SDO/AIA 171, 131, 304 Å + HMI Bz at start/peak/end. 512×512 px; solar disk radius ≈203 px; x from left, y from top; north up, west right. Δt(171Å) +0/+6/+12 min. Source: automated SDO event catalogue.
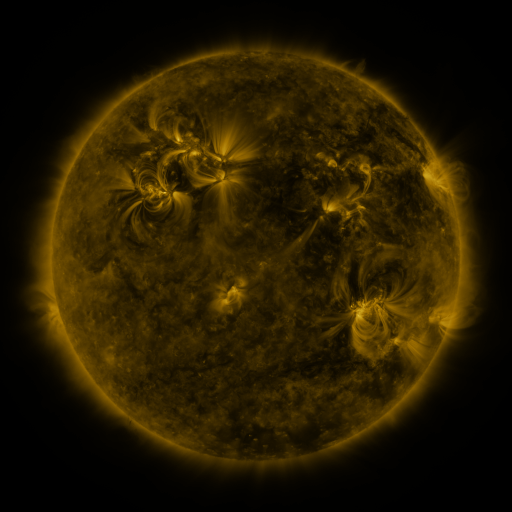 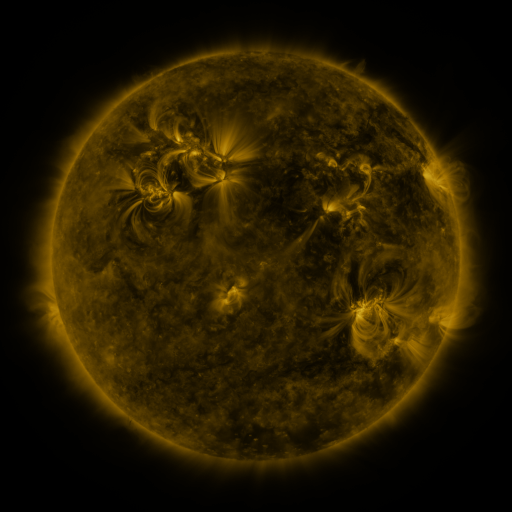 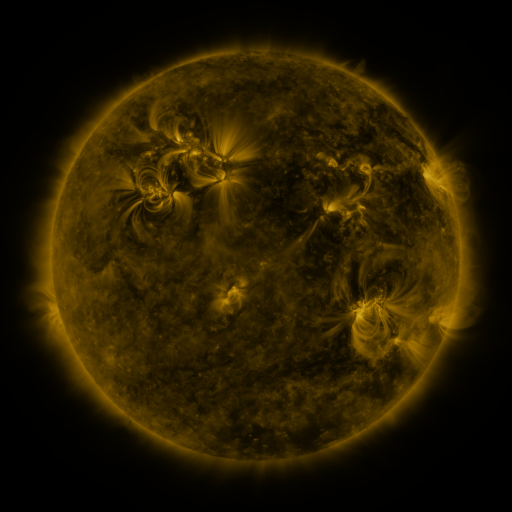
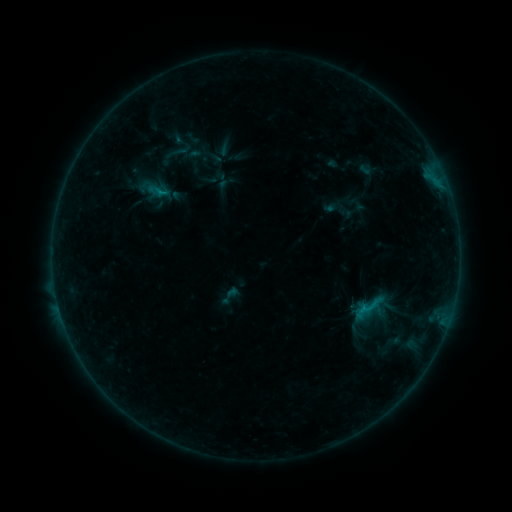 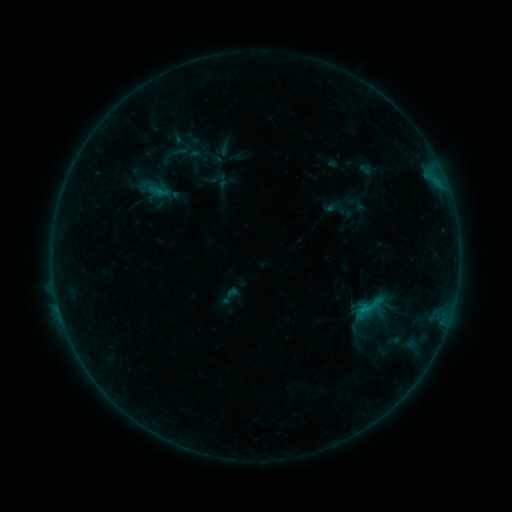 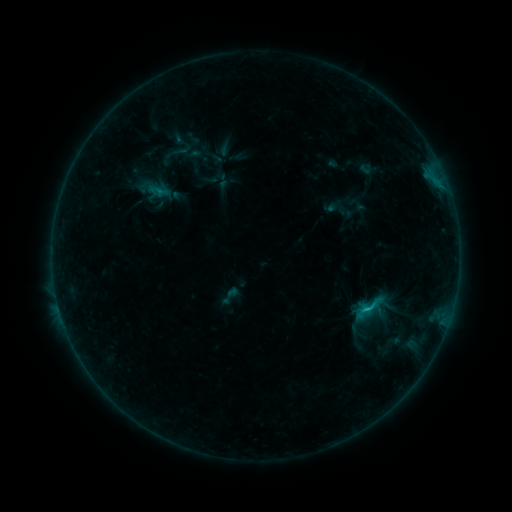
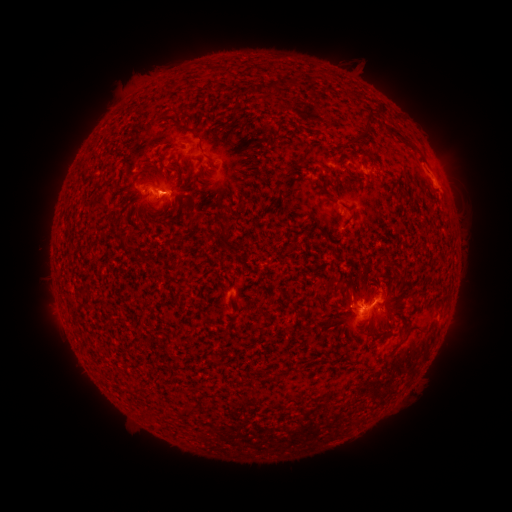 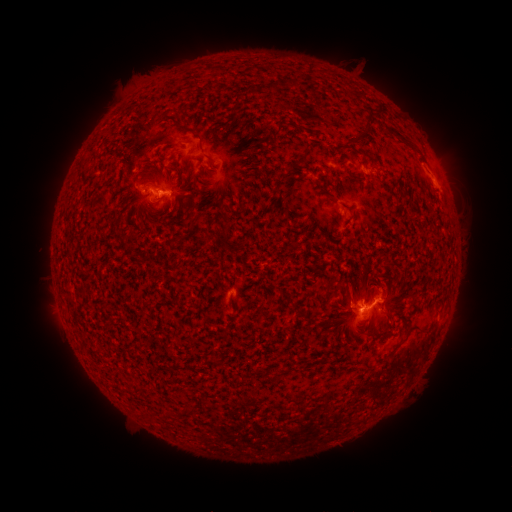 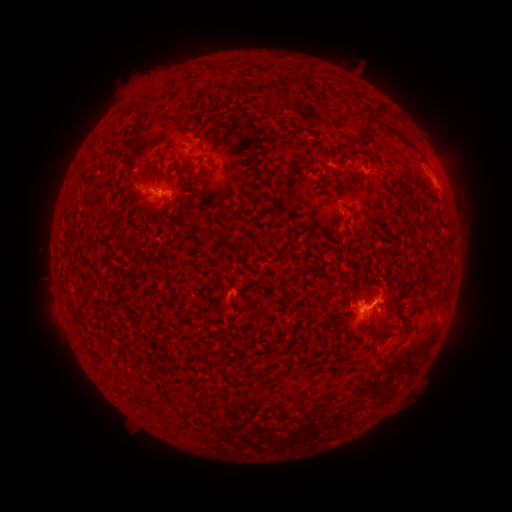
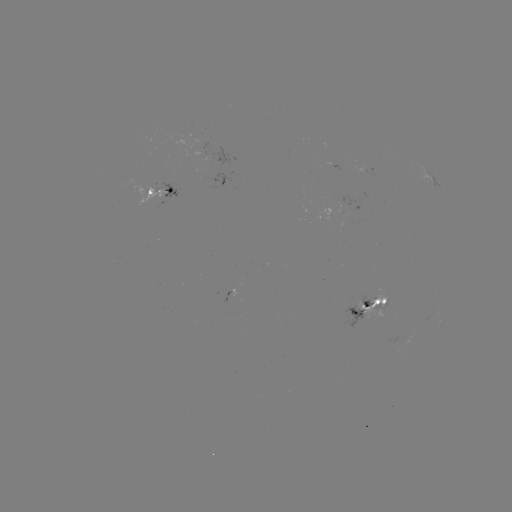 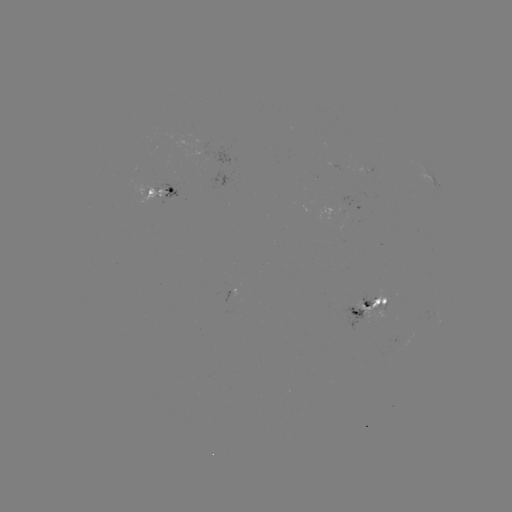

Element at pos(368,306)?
C1.1 flare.